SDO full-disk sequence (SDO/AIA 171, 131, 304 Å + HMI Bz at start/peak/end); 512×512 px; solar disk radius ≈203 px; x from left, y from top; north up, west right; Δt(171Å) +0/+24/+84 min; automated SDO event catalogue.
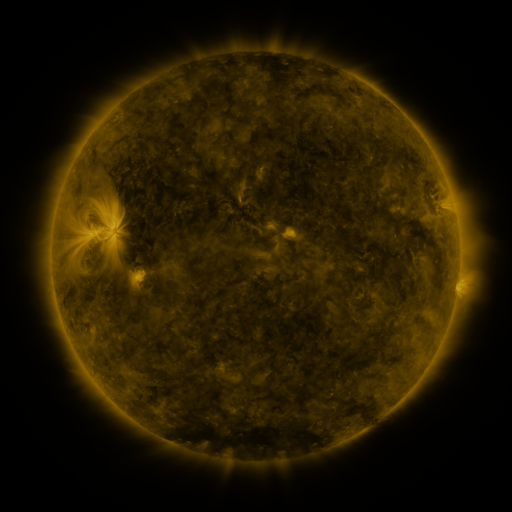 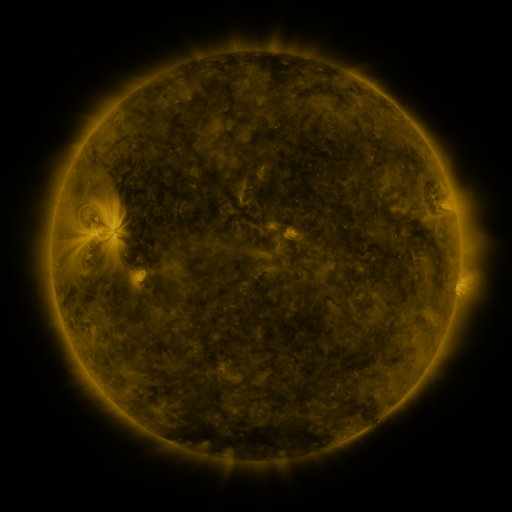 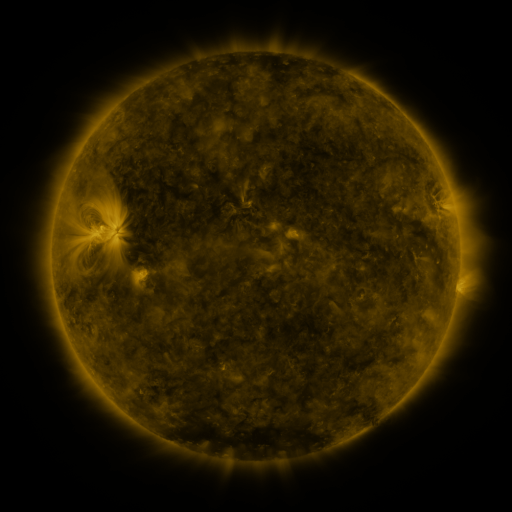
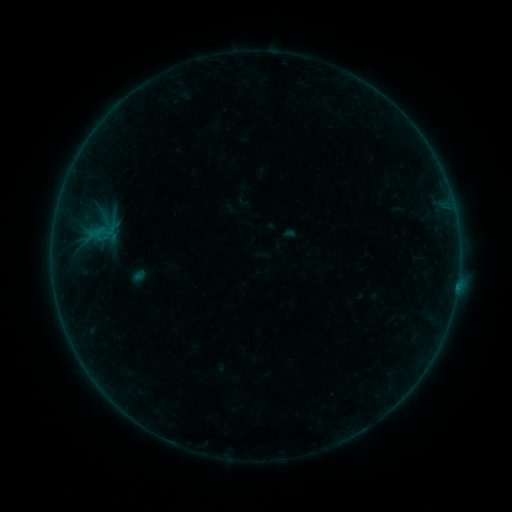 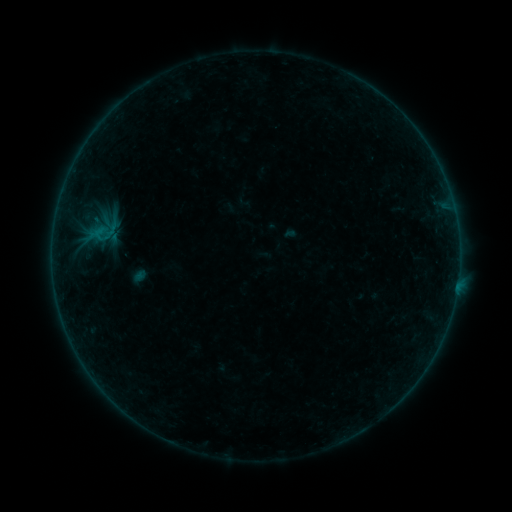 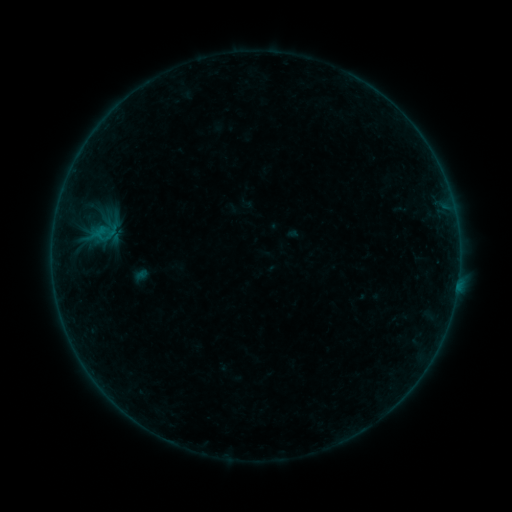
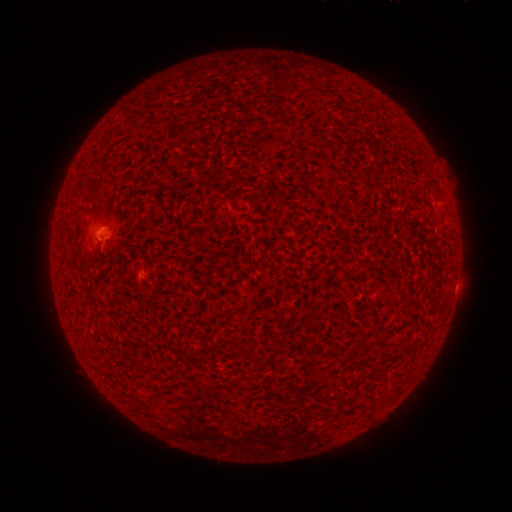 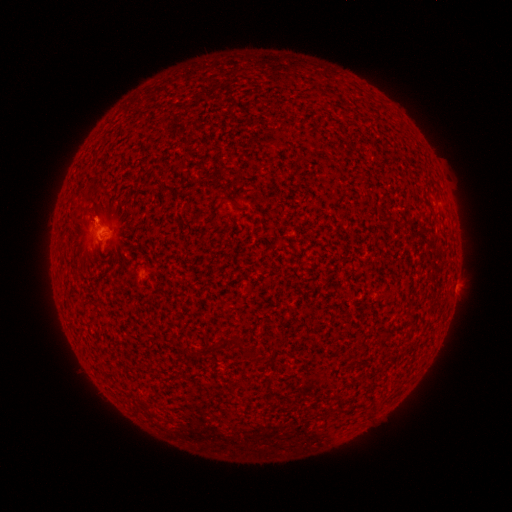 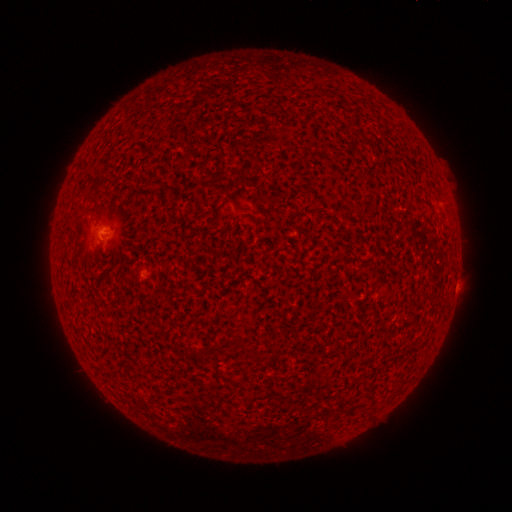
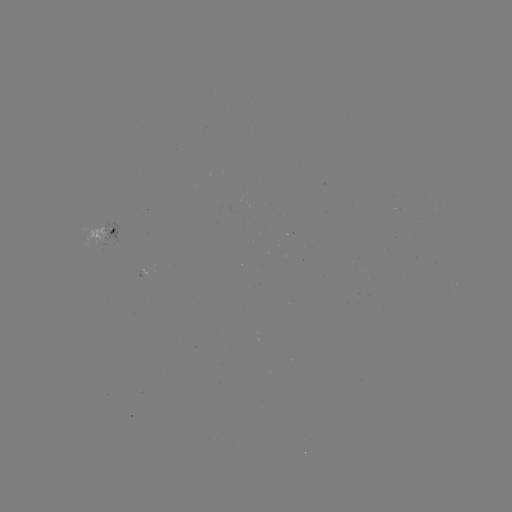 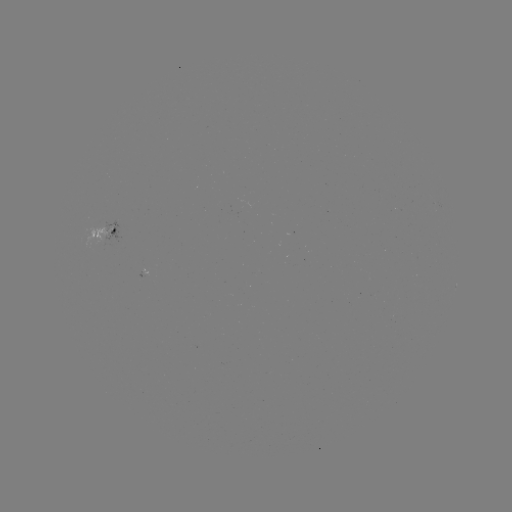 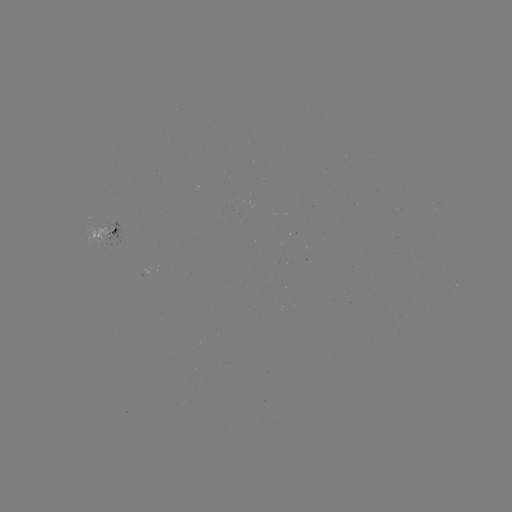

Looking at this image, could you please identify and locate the B1.0 flare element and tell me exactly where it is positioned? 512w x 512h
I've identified B1.0 flare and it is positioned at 102,226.